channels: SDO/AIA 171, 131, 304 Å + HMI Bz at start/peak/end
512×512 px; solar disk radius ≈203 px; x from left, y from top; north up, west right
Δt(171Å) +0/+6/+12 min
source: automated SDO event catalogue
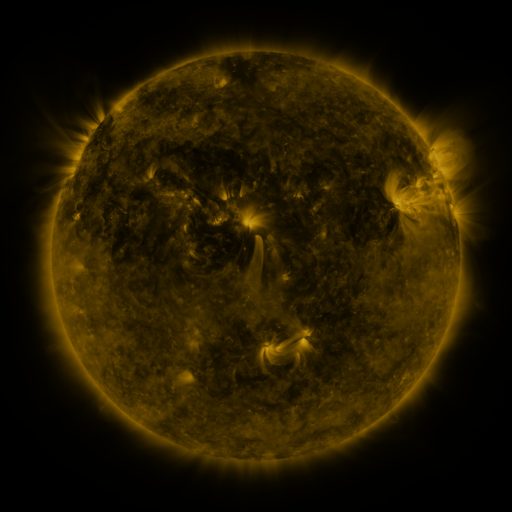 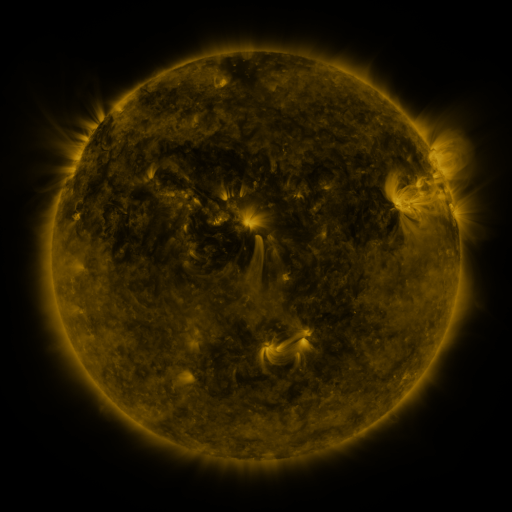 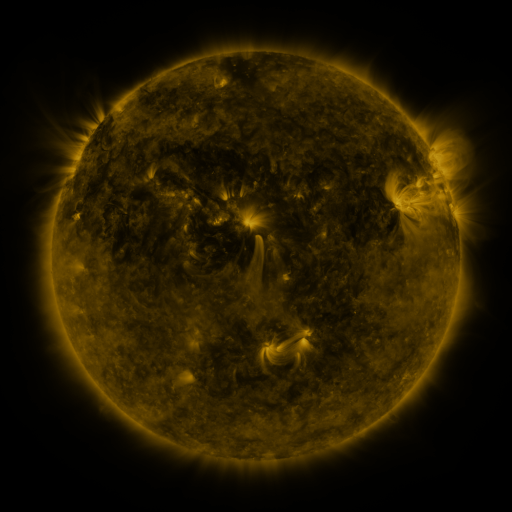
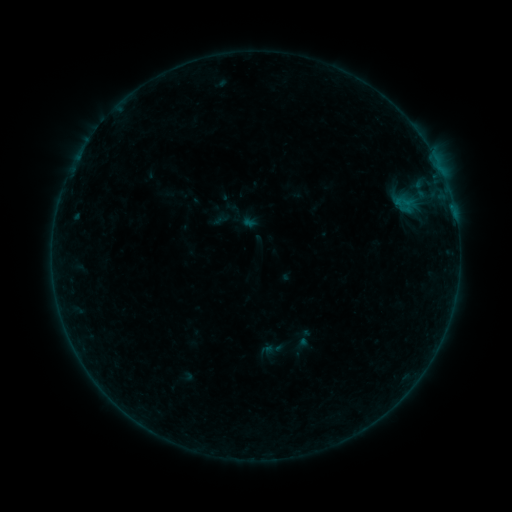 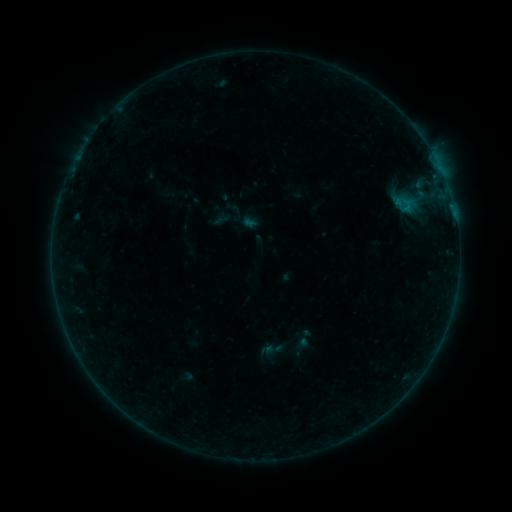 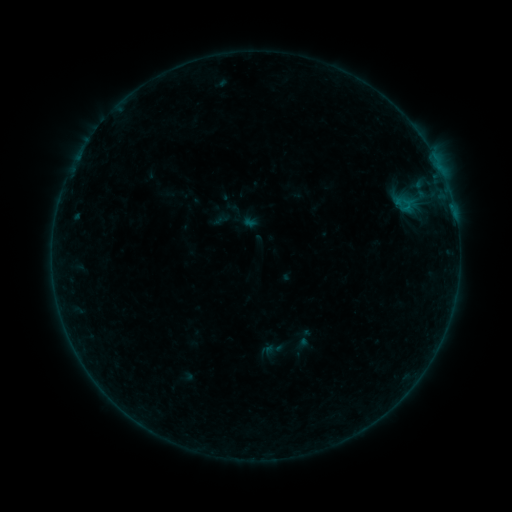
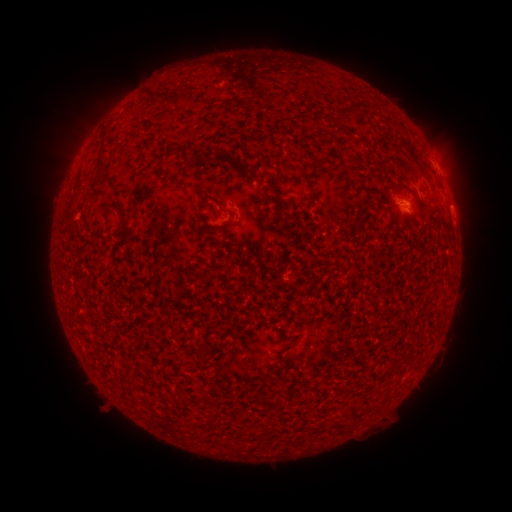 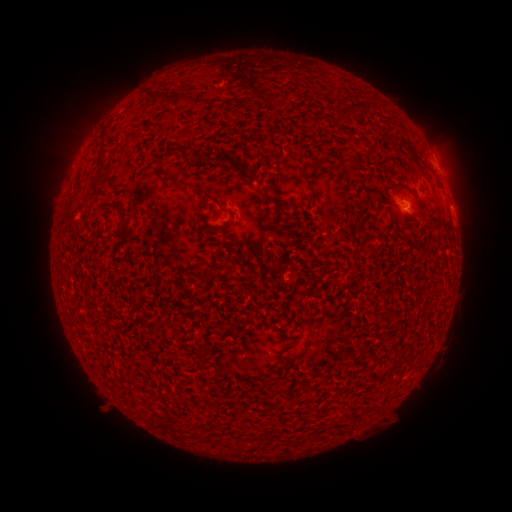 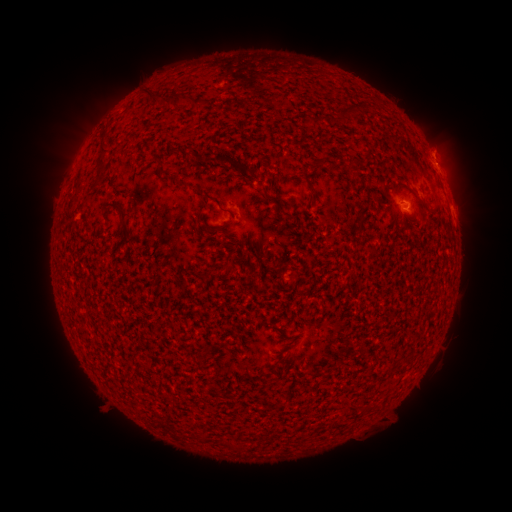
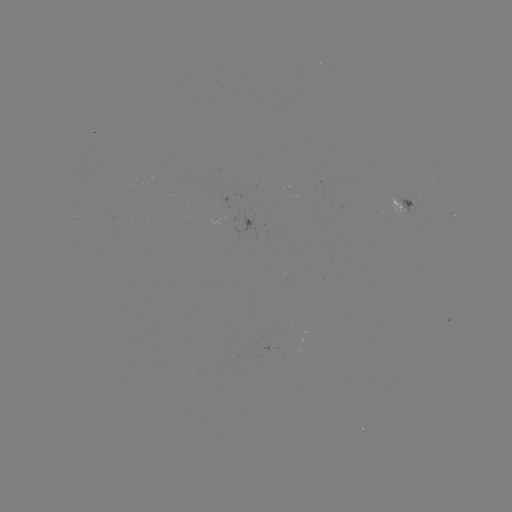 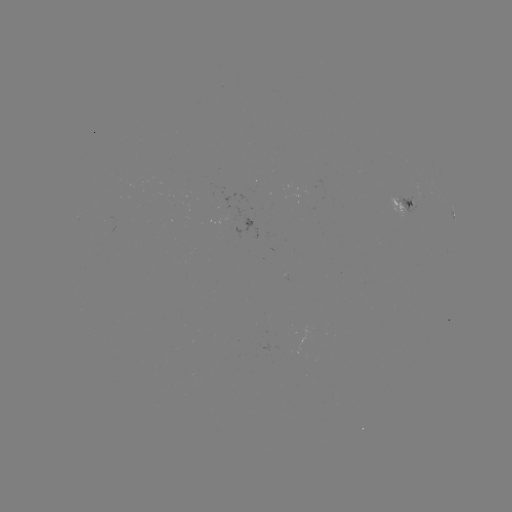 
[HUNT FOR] B1.8 flare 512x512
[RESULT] (406, 208)